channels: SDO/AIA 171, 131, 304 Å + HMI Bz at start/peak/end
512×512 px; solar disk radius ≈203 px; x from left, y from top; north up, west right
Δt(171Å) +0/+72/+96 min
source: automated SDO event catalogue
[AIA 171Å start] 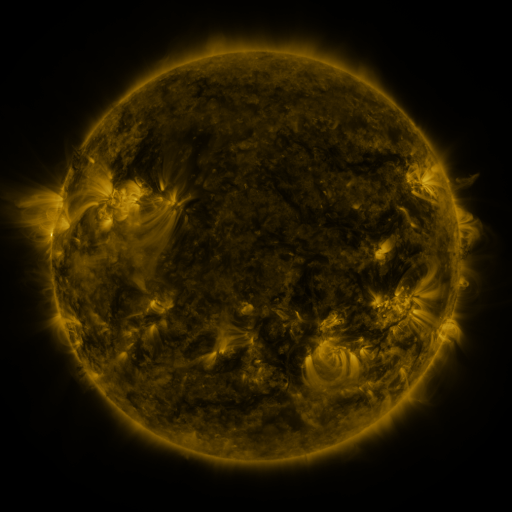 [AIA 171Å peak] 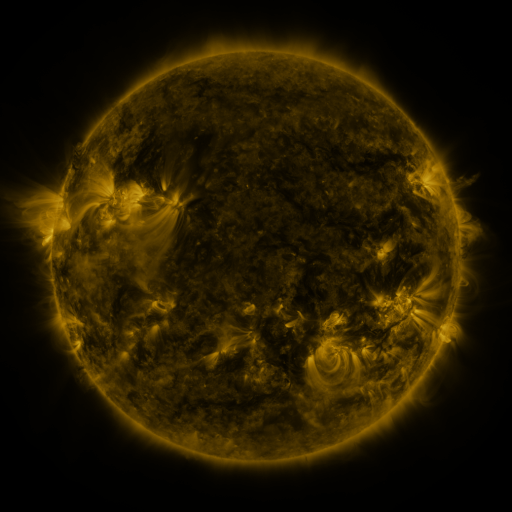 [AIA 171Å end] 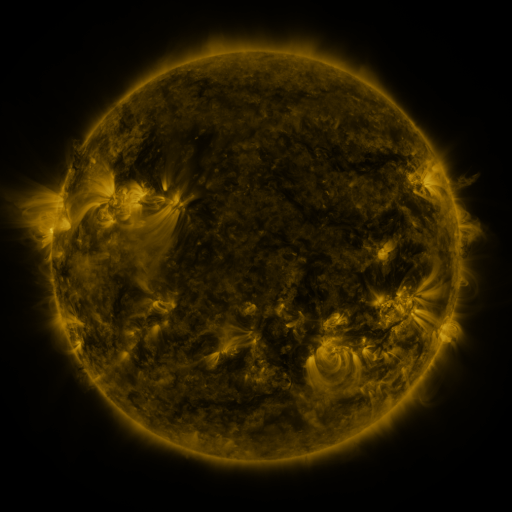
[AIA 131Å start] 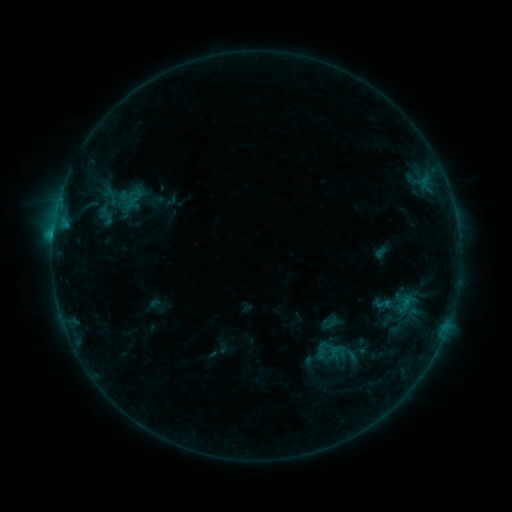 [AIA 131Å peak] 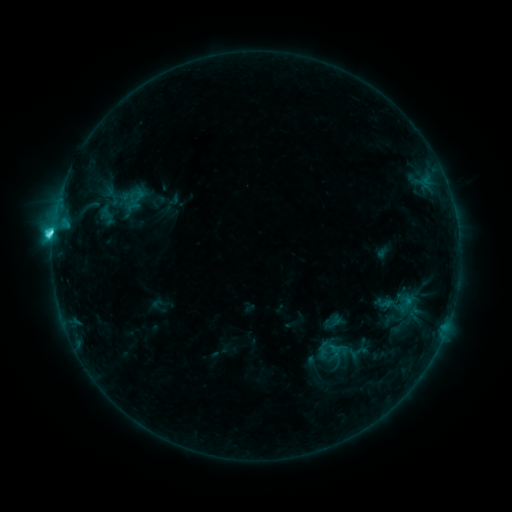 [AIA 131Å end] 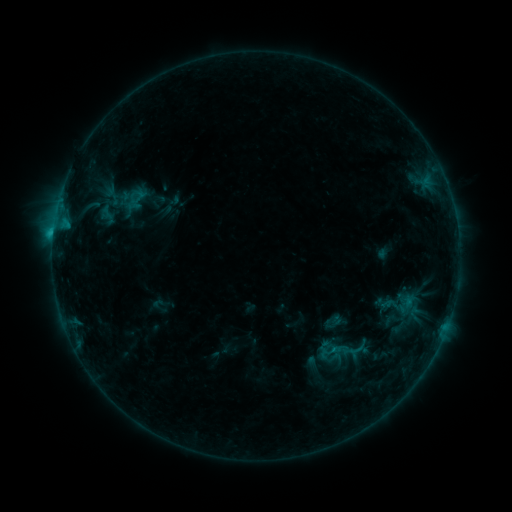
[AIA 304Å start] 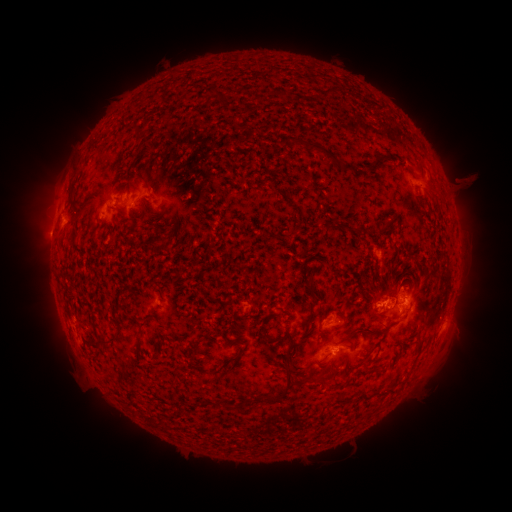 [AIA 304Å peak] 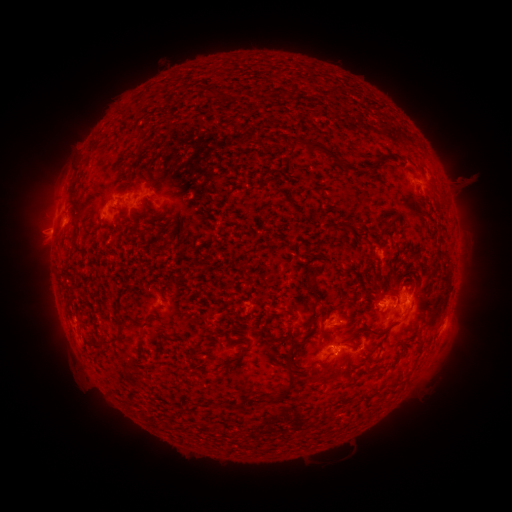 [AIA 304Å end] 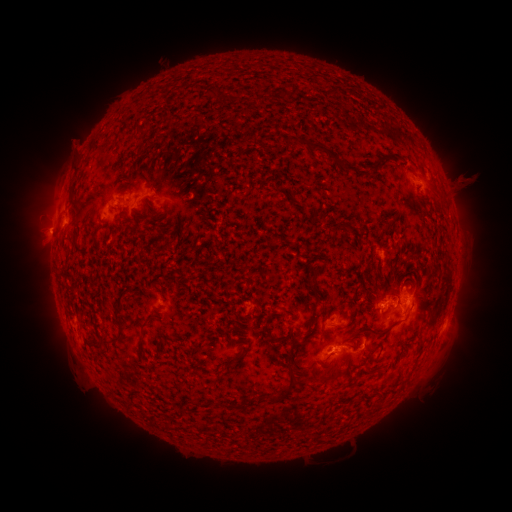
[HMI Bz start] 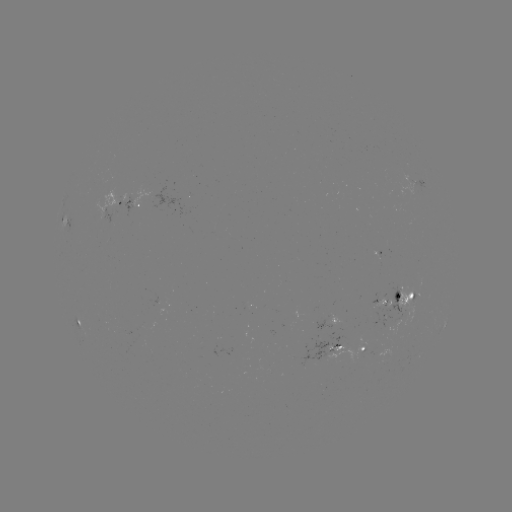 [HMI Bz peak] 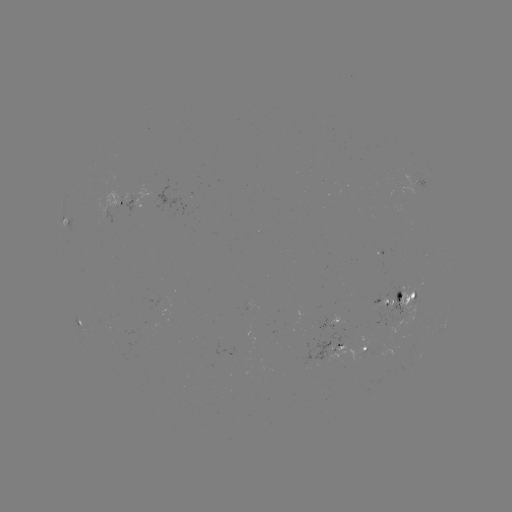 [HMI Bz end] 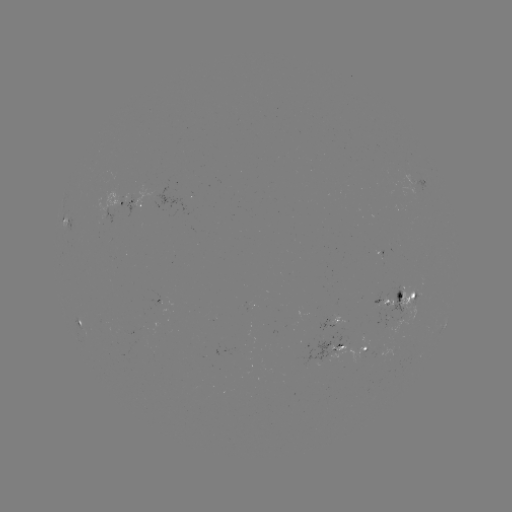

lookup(emerging-flux region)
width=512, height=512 [404, 309]